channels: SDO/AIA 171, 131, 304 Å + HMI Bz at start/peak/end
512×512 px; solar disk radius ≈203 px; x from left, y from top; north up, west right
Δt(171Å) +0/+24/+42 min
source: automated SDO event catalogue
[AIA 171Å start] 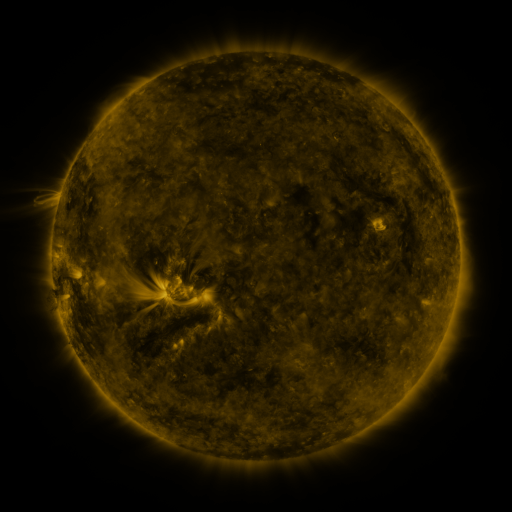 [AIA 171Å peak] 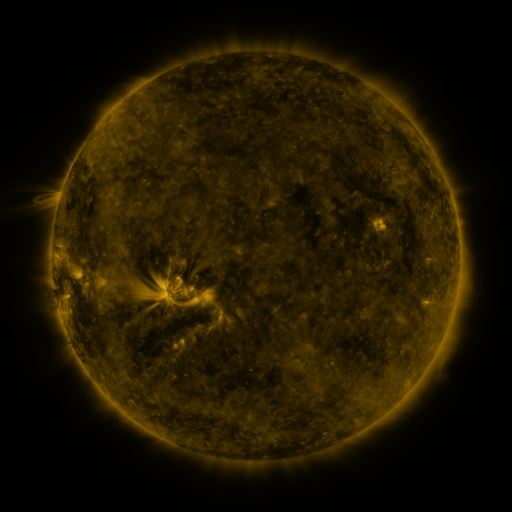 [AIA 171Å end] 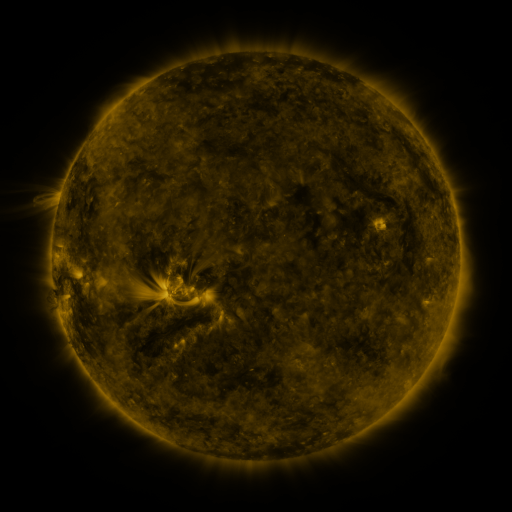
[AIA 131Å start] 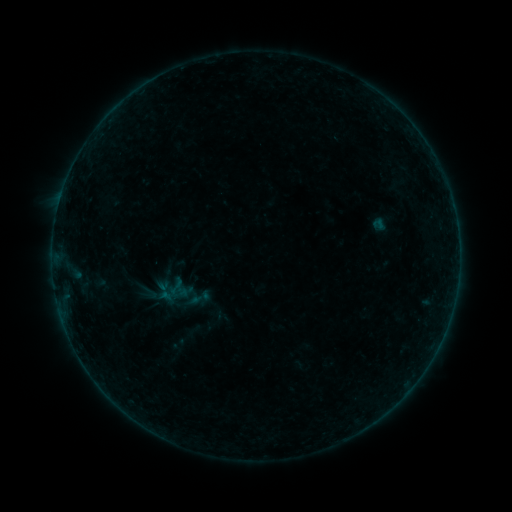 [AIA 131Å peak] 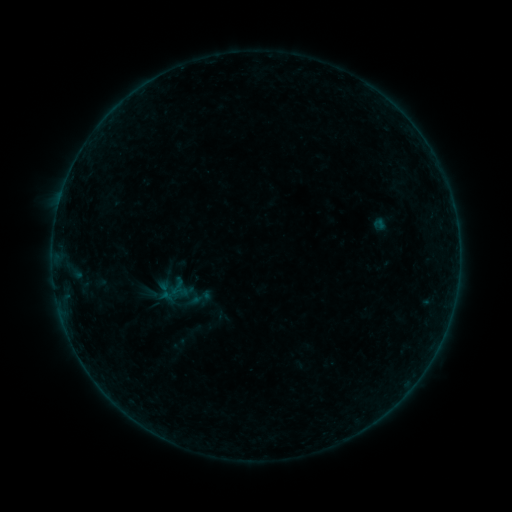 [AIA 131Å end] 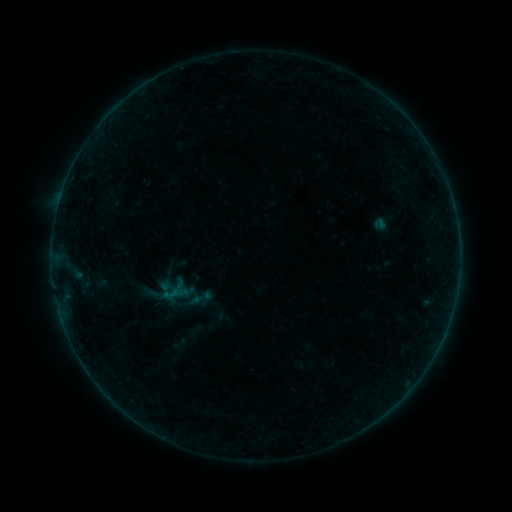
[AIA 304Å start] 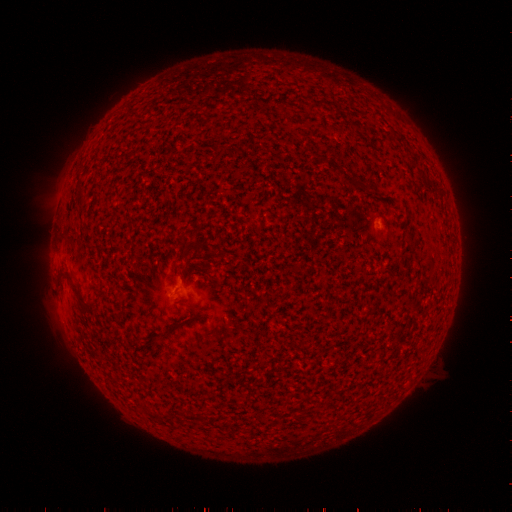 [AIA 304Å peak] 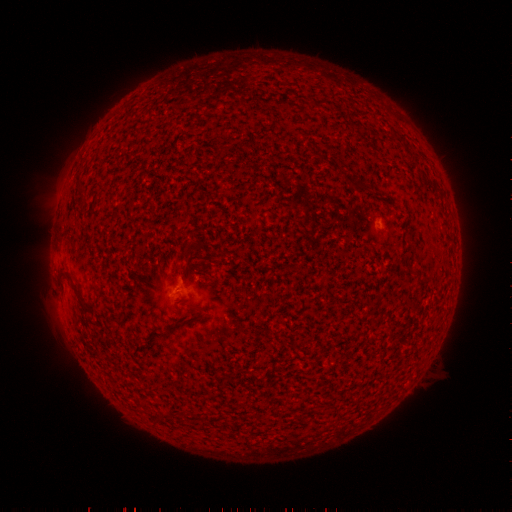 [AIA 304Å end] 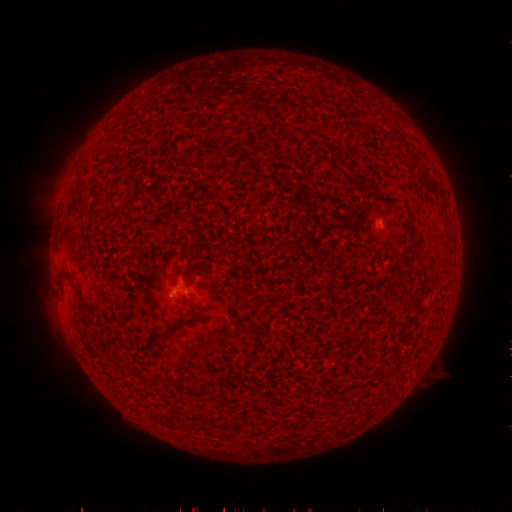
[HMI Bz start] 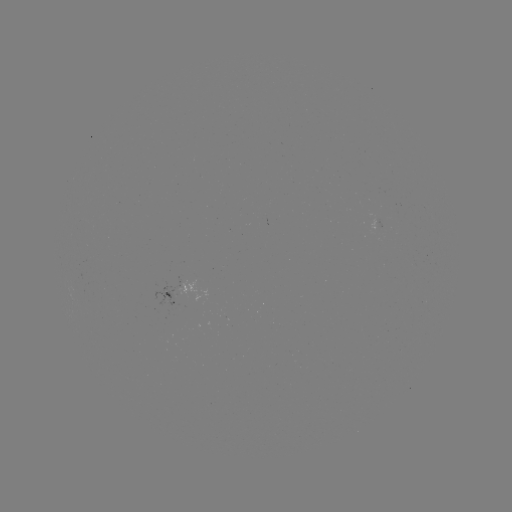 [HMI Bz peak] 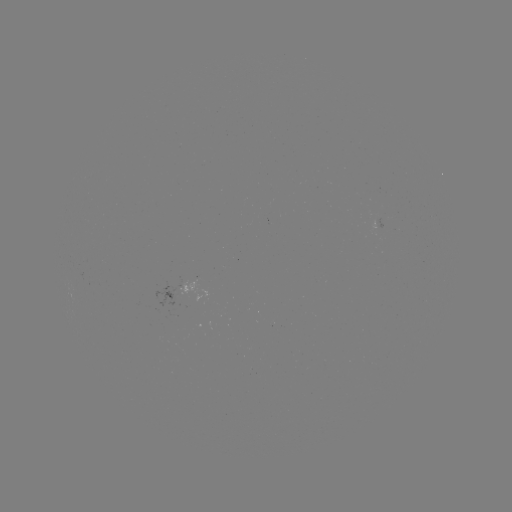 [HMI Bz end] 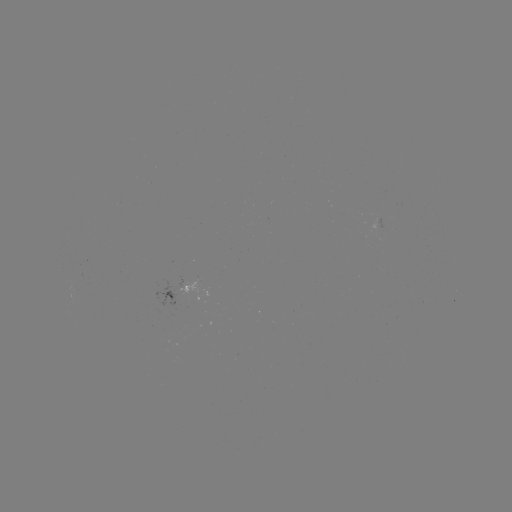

no flare in any classed list; no EUV-trigger detection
